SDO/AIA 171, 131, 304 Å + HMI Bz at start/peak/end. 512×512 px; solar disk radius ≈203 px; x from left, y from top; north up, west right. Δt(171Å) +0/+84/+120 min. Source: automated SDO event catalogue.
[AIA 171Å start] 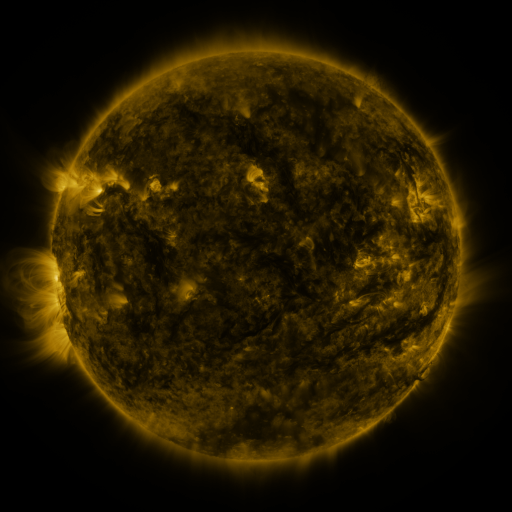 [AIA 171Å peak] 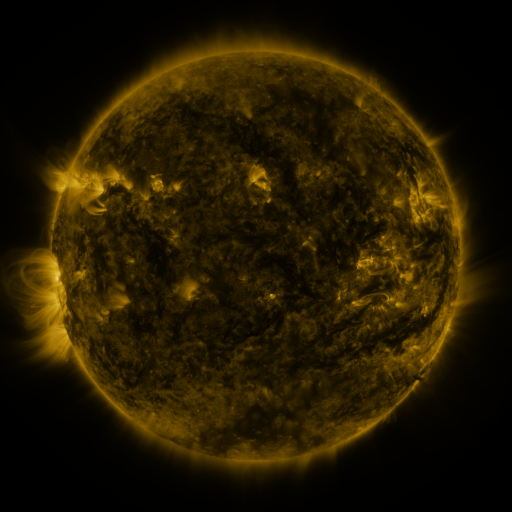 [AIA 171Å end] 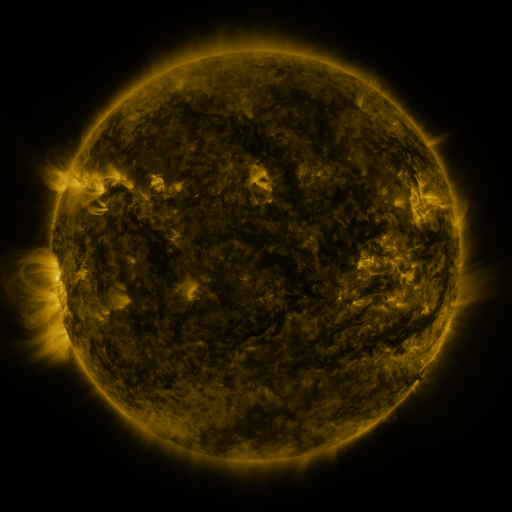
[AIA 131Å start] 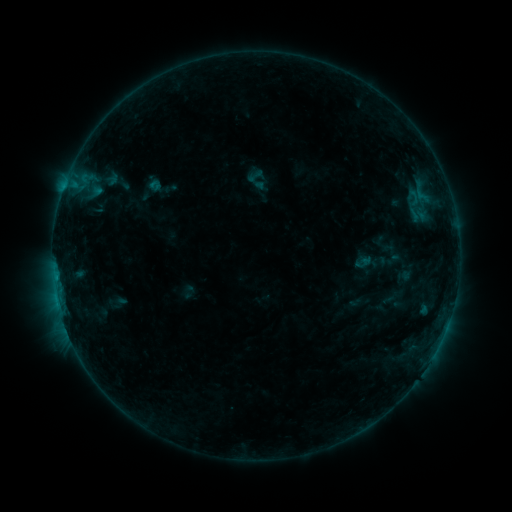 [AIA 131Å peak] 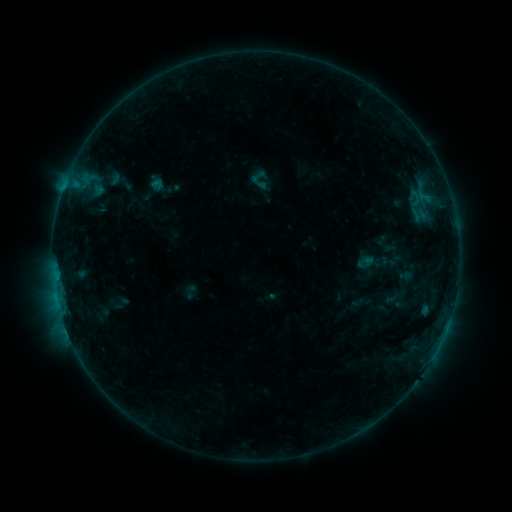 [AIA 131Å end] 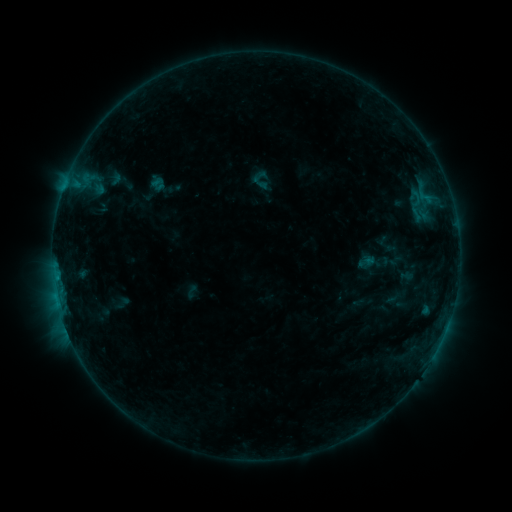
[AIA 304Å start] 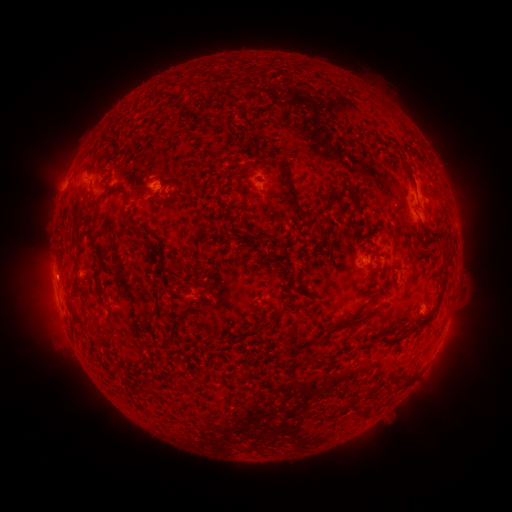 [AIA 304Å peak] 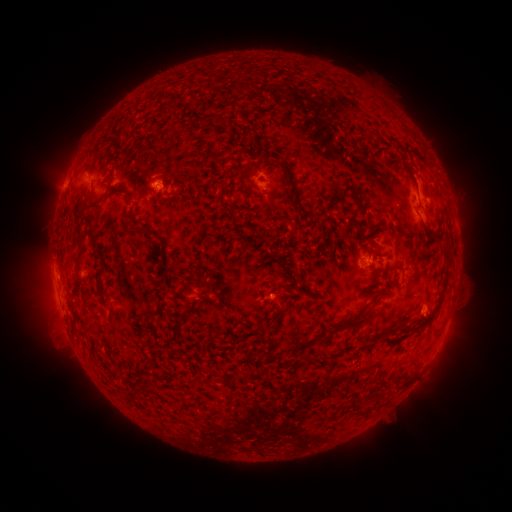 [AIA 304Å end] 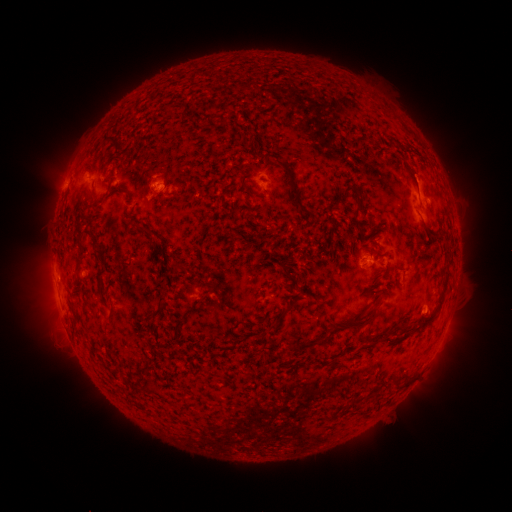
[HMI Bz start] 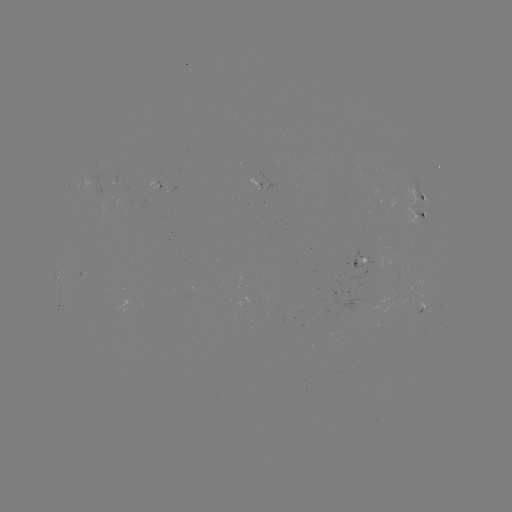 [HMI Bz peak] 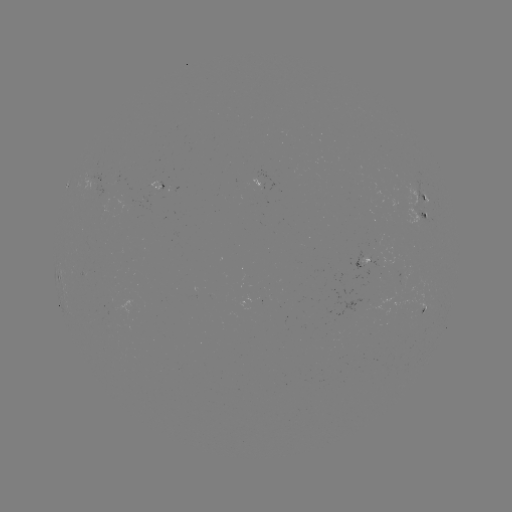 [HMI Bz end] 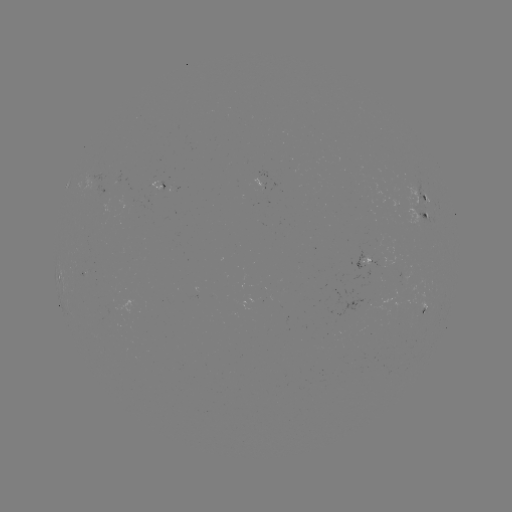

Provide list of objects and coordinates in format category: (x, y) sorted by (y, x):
emerging-flux region: (105, 194)
